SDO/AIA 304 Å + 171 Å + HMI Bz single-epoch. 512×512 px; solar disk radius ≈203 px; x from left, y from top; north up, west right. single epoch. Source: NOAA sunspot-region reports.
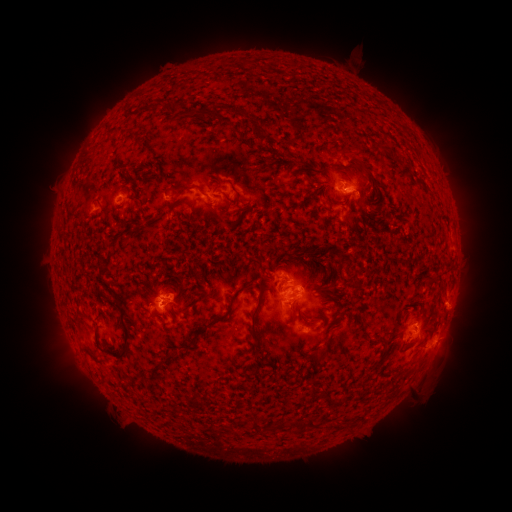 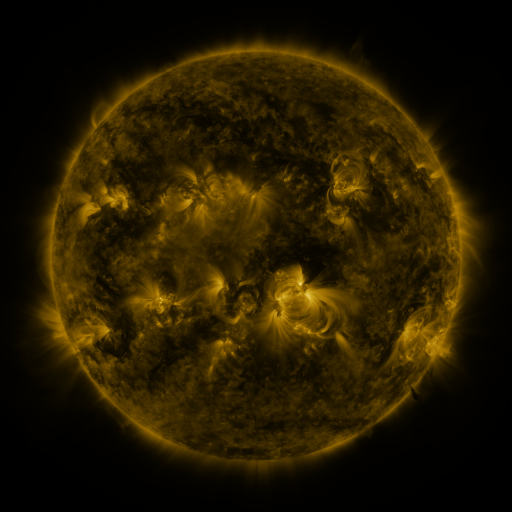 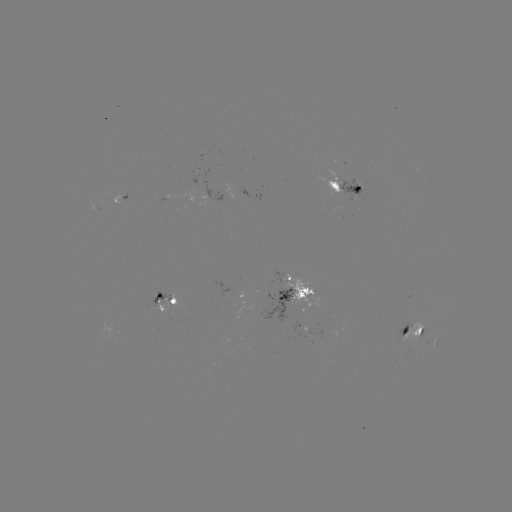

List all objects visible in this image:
spotted active region: (344, 184)
spotted active region: (228, 196)
spotted active region: (300, 291)
spotted active region: (167, 300)
spotted active region: (415, 330)
spotted active region: (435, 341)
